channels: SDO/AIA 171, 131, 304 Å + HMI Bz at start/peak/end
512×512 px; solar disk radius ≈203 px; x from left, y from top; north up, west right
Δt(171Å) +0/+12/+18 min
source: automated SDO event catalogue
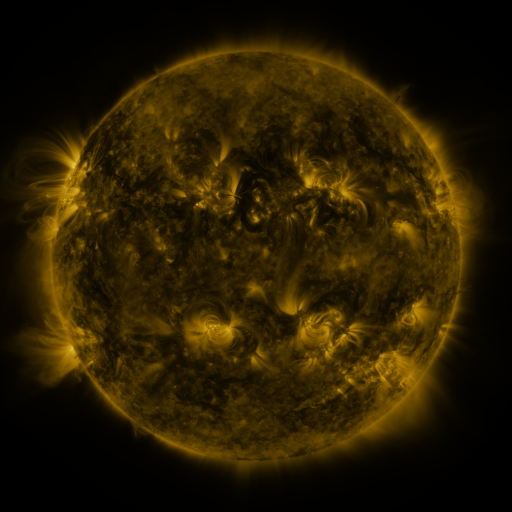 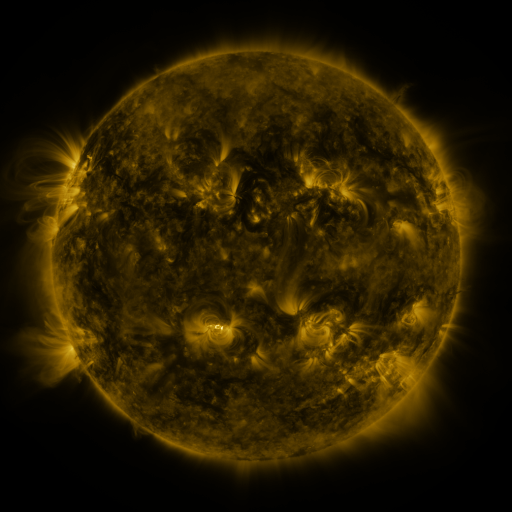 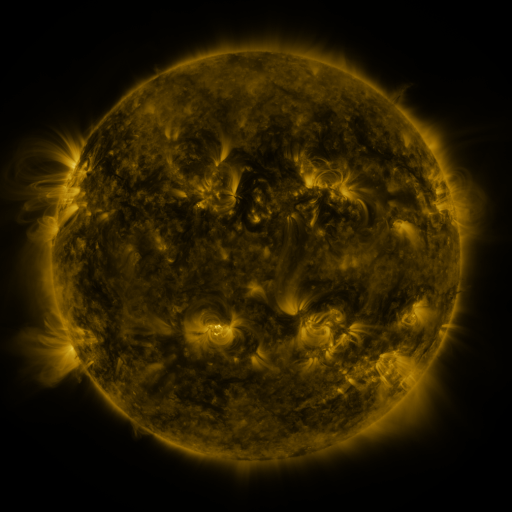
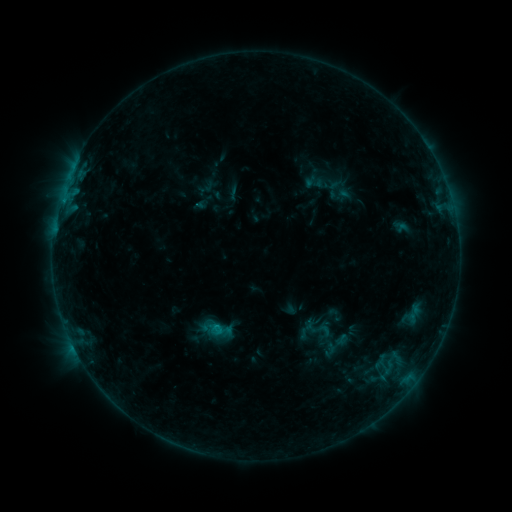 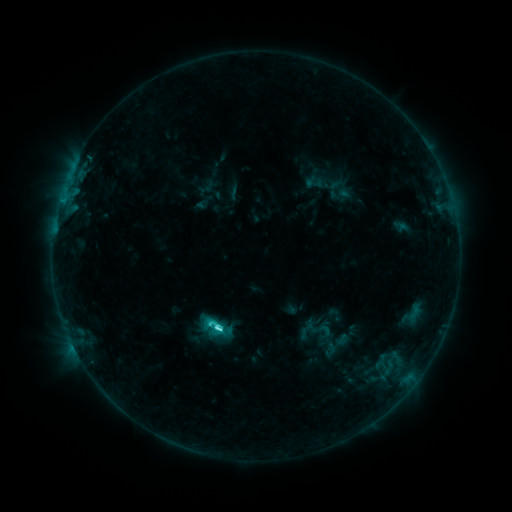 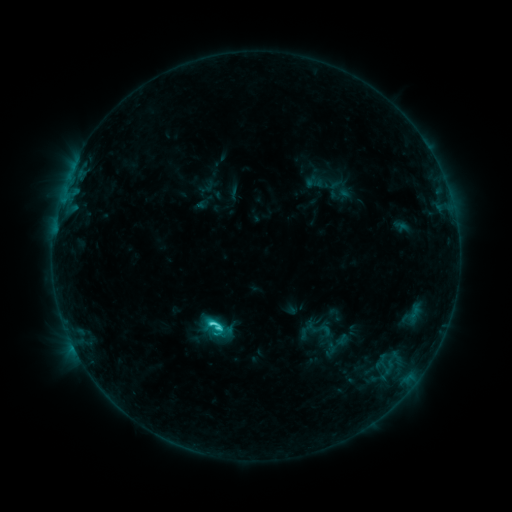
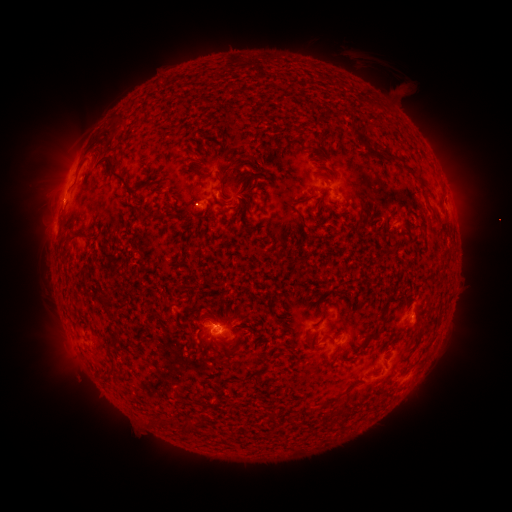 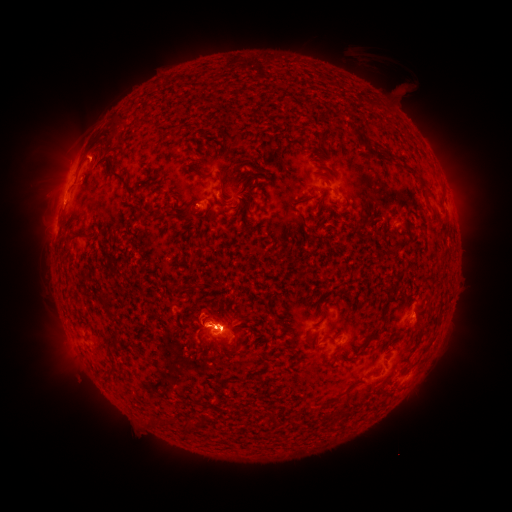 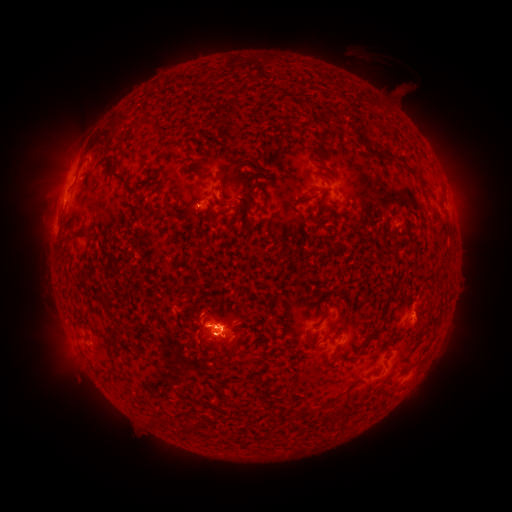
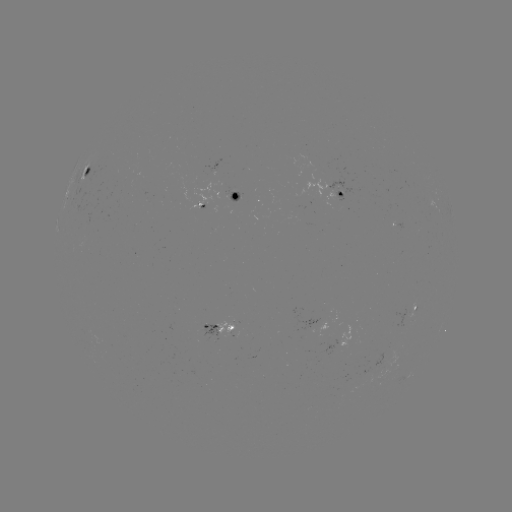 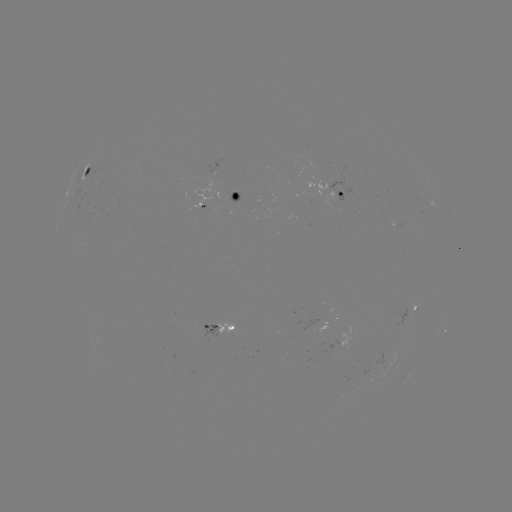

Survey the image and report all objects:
C3.8 flare: (218, 326)
